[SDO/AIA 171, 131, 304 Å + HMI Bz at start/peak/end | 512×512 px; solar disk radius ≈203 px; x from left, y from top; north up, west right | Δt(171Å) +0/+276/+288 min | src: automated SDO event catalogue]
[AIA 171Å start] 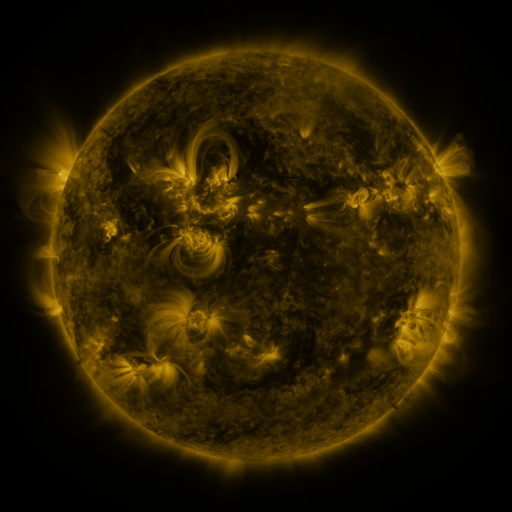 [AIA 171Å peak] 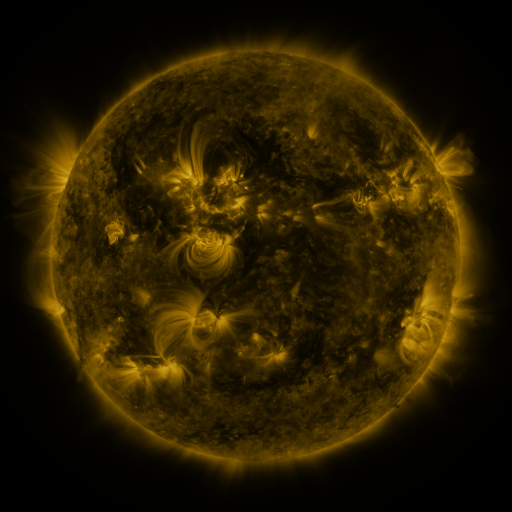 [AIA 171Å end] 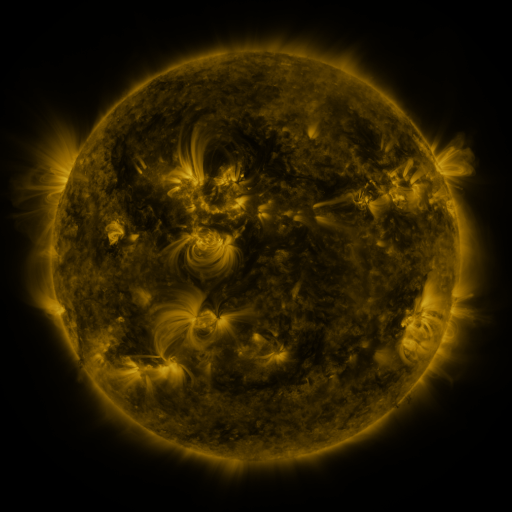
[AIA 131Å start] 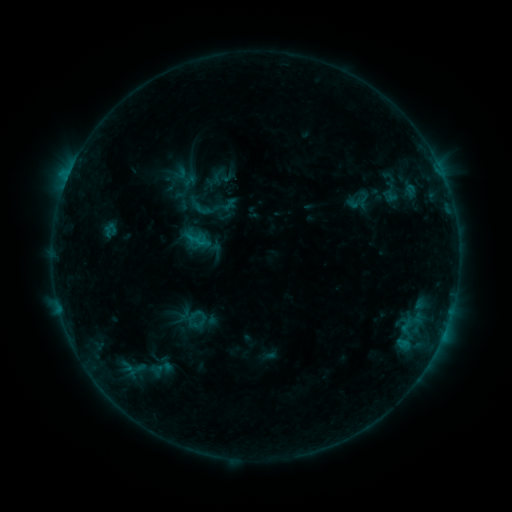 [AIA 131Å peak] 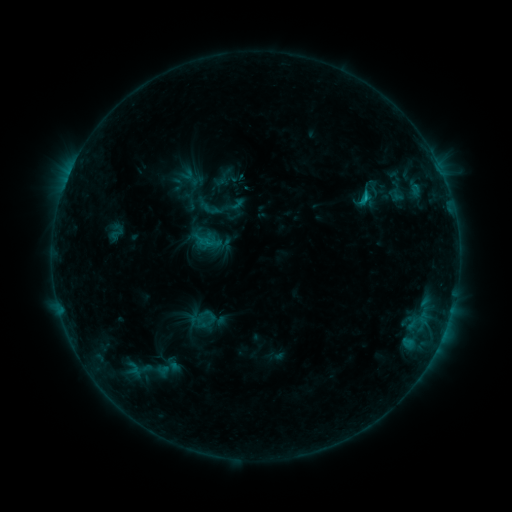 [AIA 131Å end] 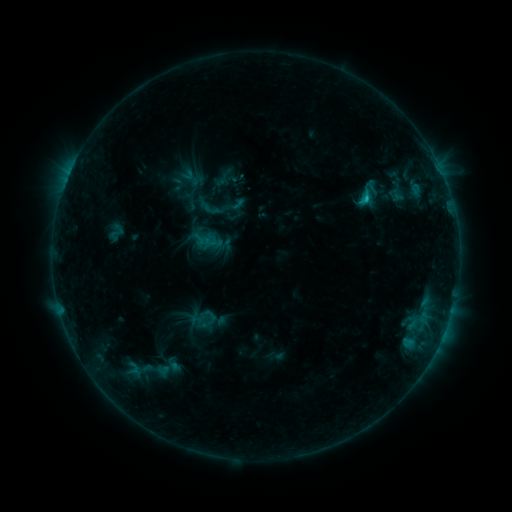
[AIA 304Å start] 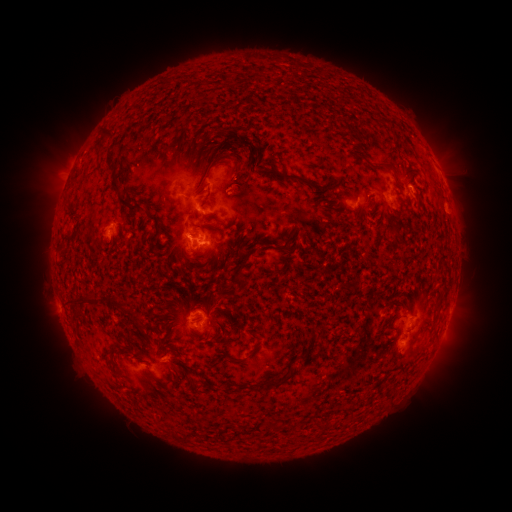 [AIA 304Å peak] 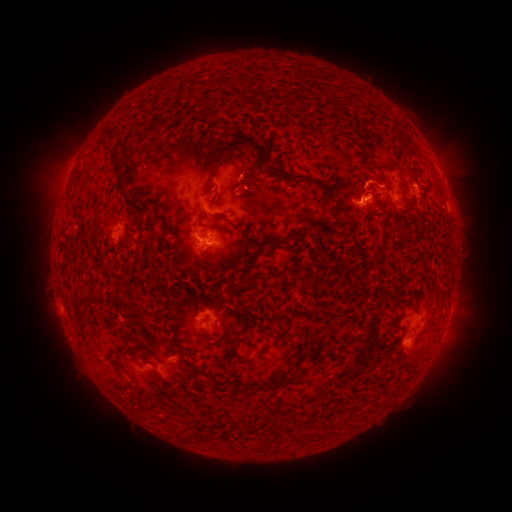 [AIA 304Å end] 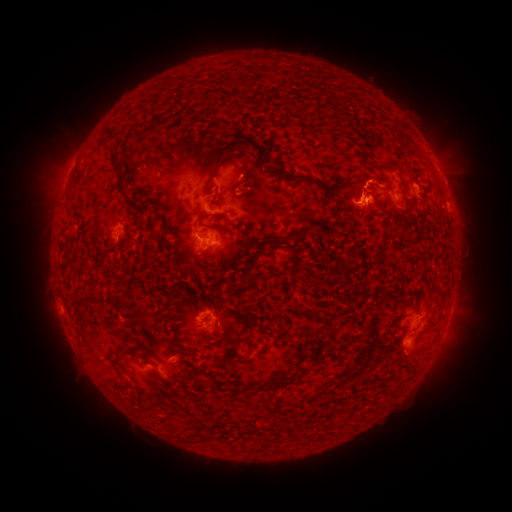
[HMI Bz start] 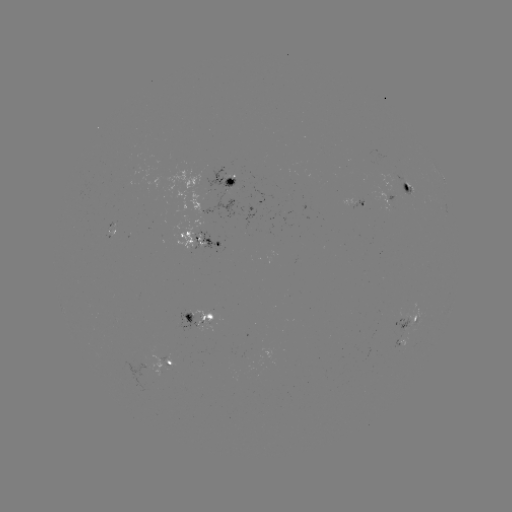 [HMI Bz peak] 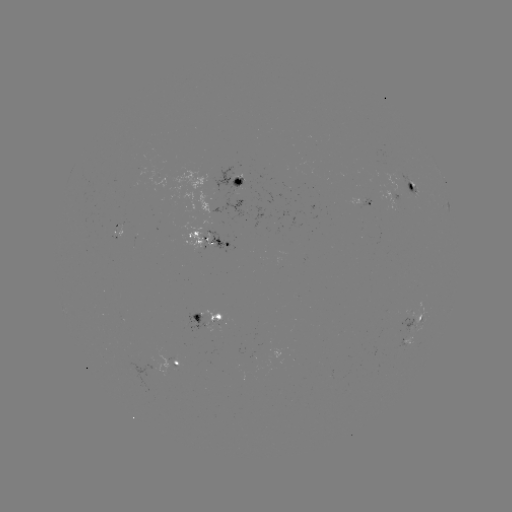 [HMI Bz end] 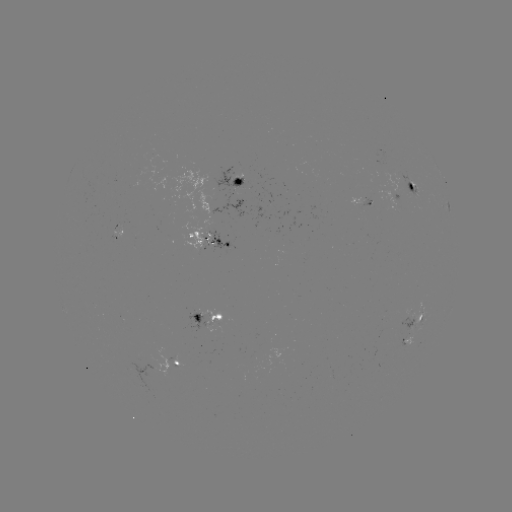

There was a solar emerging-flux region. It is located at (410, 181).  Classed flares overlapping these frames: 2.